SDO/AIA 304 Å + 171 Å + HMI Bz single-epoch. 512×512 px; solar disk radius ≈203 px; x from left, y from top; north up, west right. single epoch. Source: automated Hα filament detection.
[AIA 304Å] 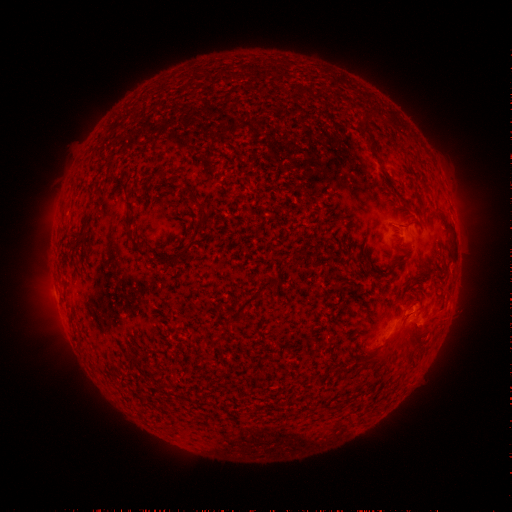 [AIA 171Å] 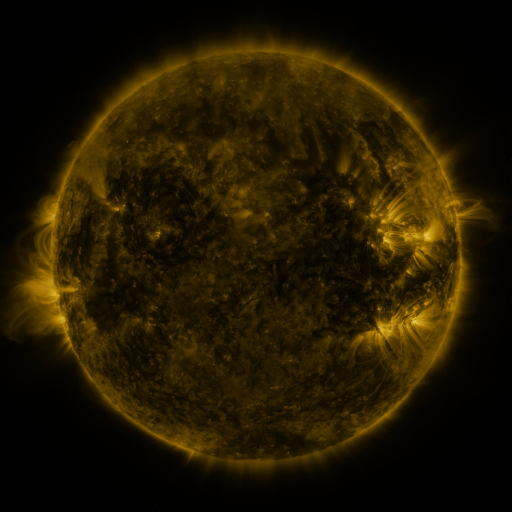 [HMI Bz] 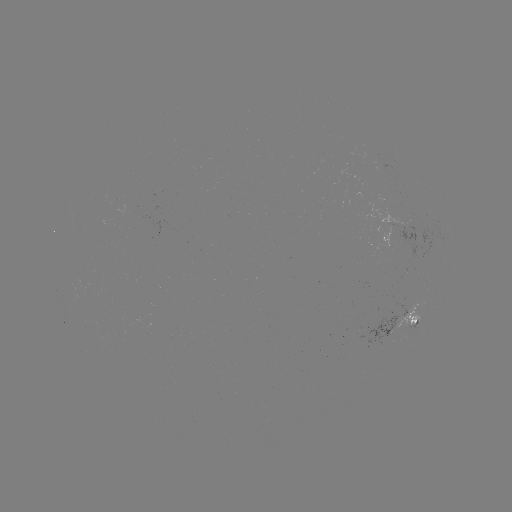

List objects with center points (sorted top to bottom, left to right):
filament: (361, 128, 372, 139)
filament: (401, 200, 412, 211)
filament: (435, 209, 453, 236)
filament: (129, 234, 149, 257)
filament: (178, 248, 187, 260)
filament: (153, 253, 162, 263)
filament: (397, 259, 407, 266)
filament: (377, 271, 389, 278)
filament: (228, 279, 277, 320)
filament: (380, 330, 406, 360)
filament: (217, 331, 226, 341)
filament: (155, 383, 165, 391)
